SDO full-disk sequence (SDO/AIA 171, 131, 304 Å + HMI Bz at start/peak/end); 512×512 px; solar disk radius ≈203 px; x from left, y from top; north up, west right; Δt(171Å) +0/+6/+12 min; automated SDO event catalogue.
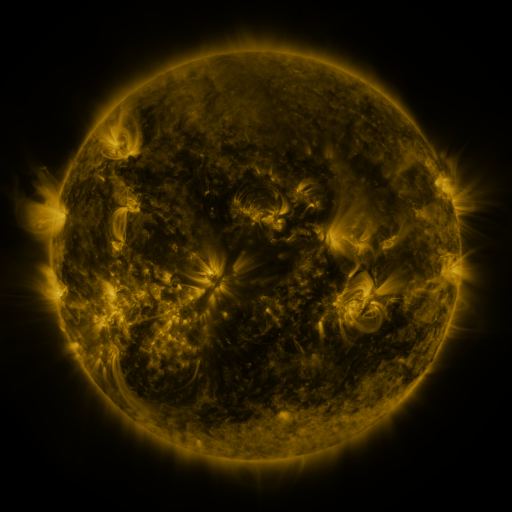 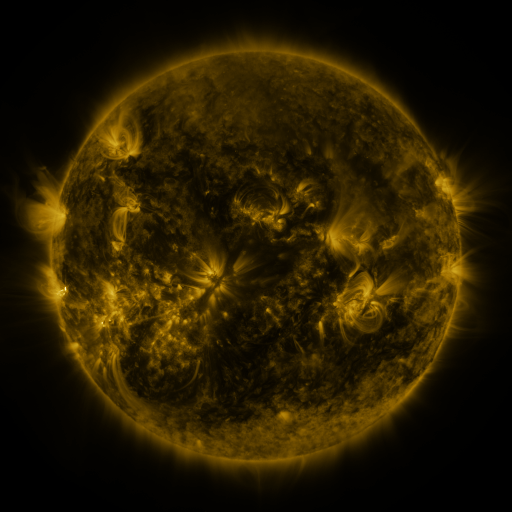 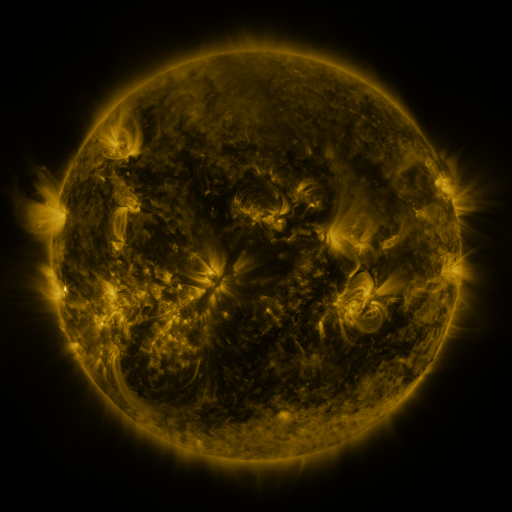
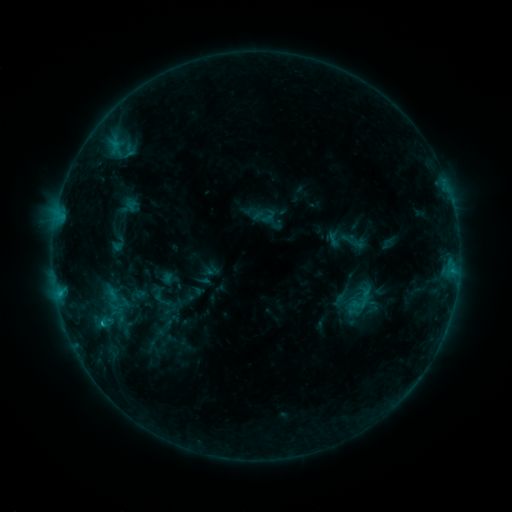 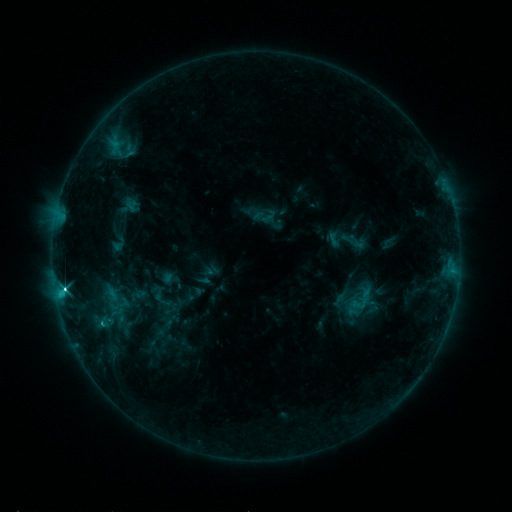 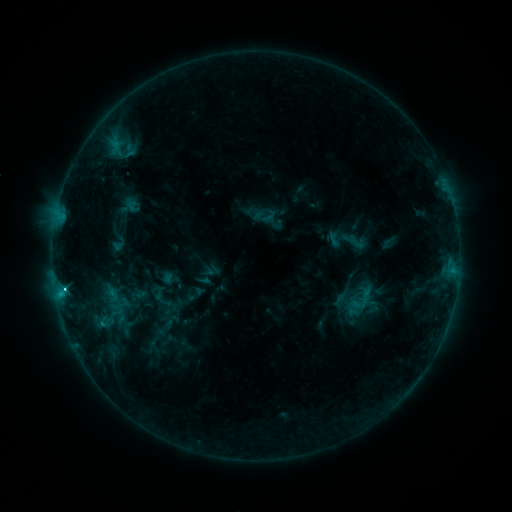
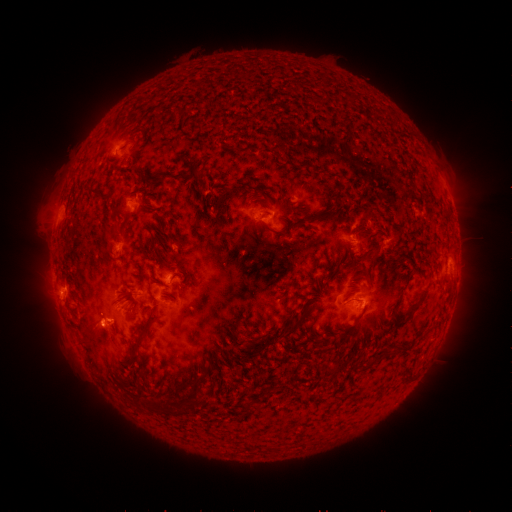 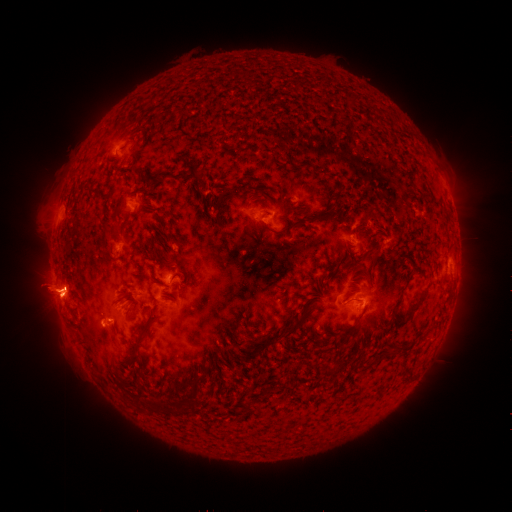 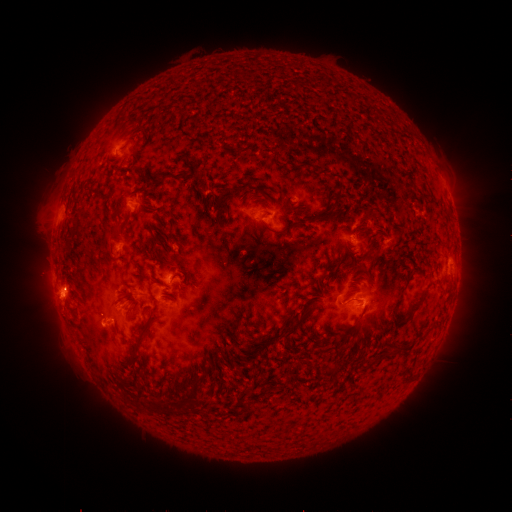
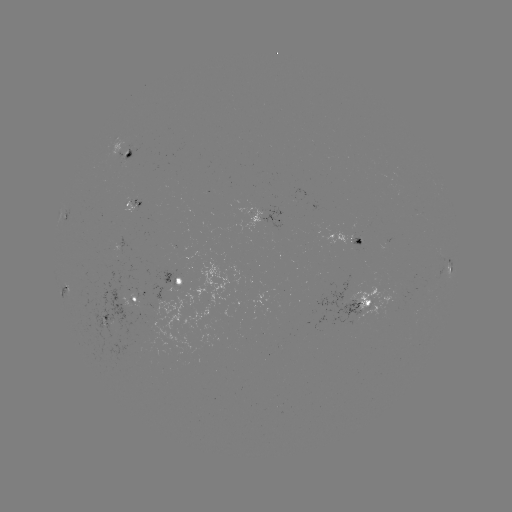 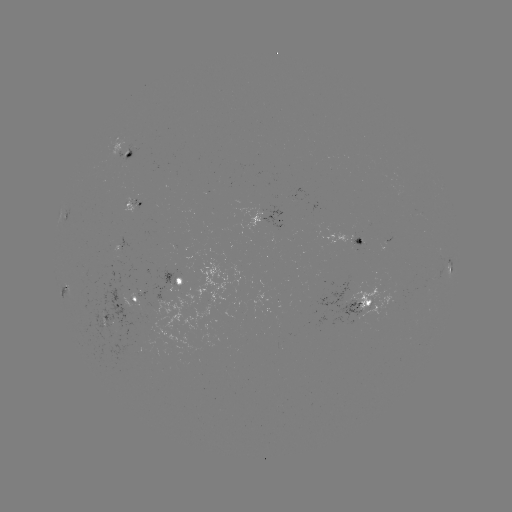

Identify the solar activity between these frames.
C3.4 flare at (64, 287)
